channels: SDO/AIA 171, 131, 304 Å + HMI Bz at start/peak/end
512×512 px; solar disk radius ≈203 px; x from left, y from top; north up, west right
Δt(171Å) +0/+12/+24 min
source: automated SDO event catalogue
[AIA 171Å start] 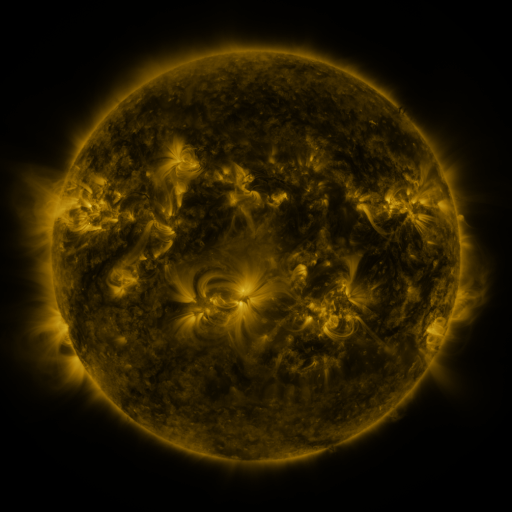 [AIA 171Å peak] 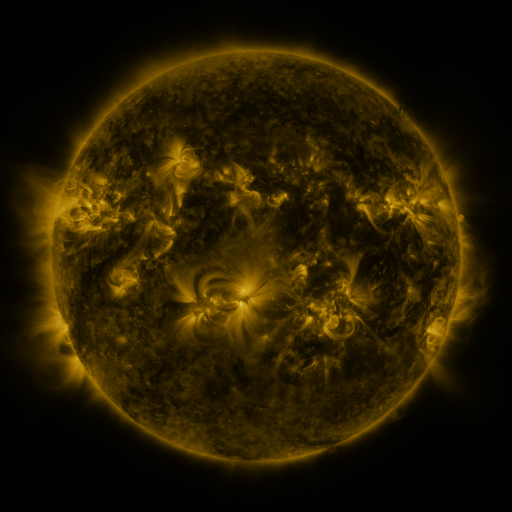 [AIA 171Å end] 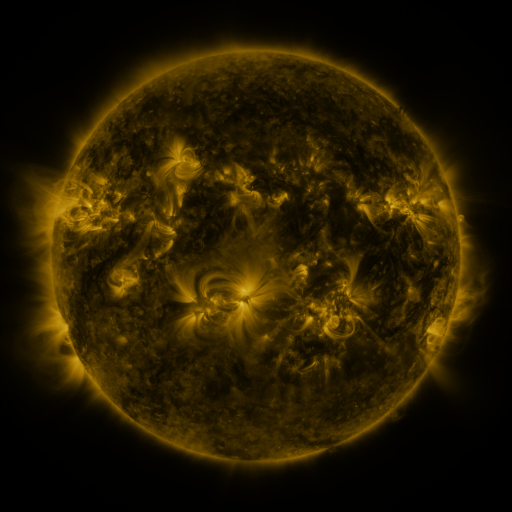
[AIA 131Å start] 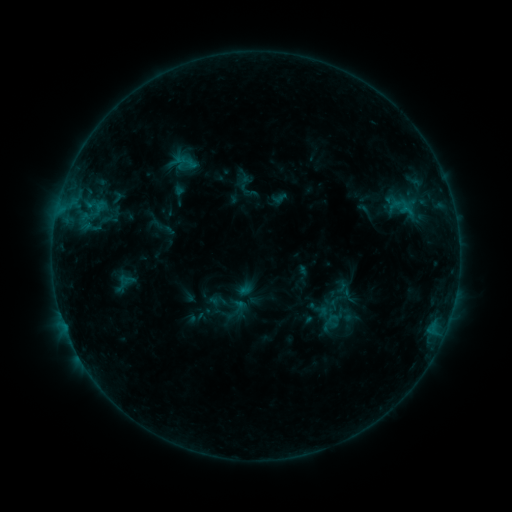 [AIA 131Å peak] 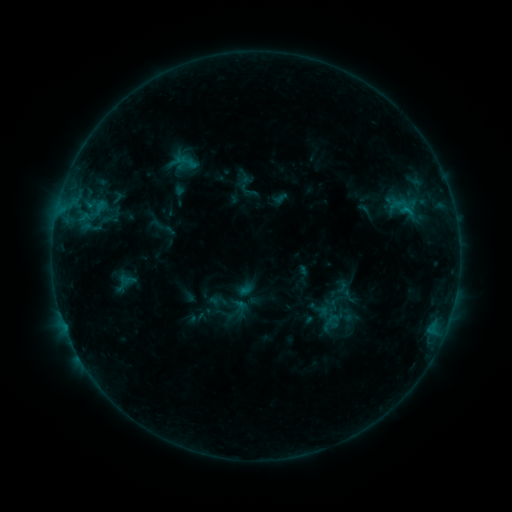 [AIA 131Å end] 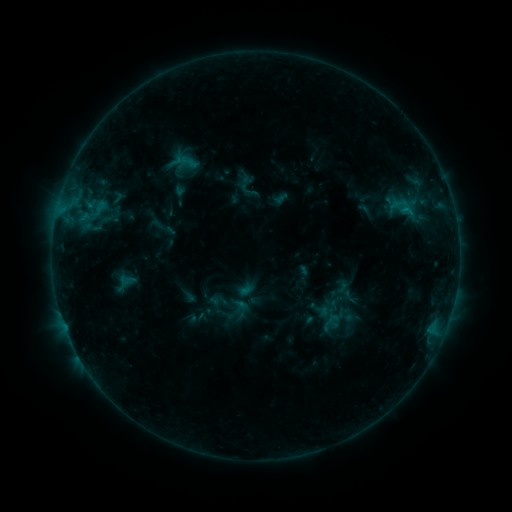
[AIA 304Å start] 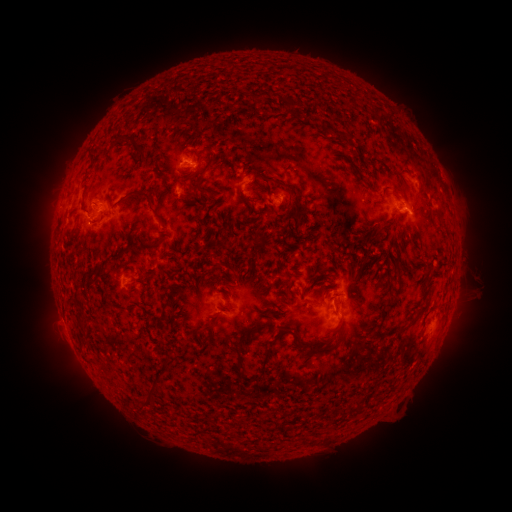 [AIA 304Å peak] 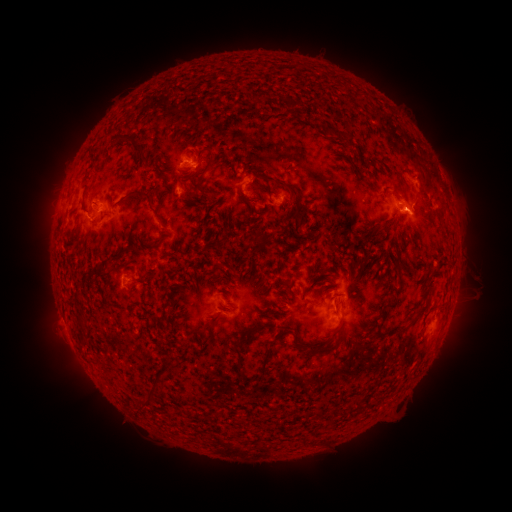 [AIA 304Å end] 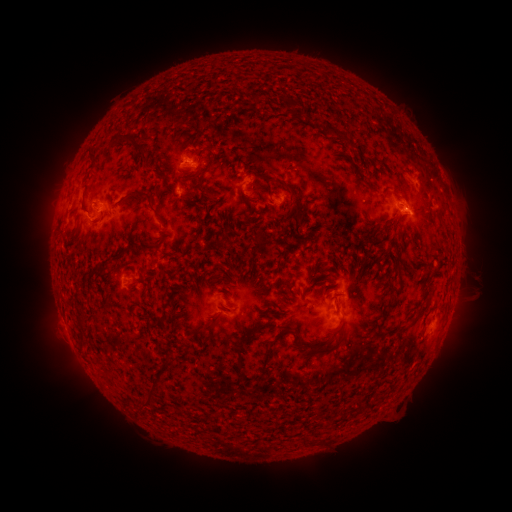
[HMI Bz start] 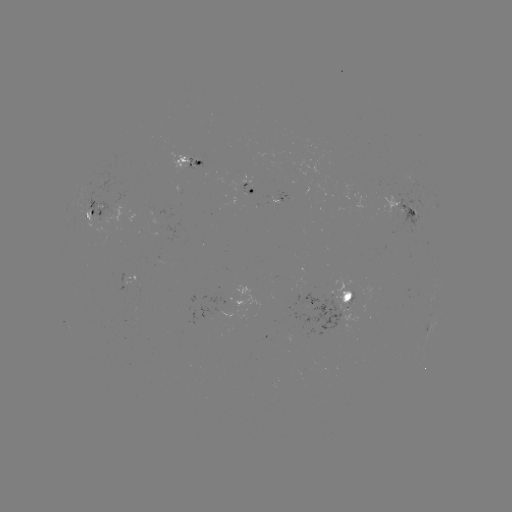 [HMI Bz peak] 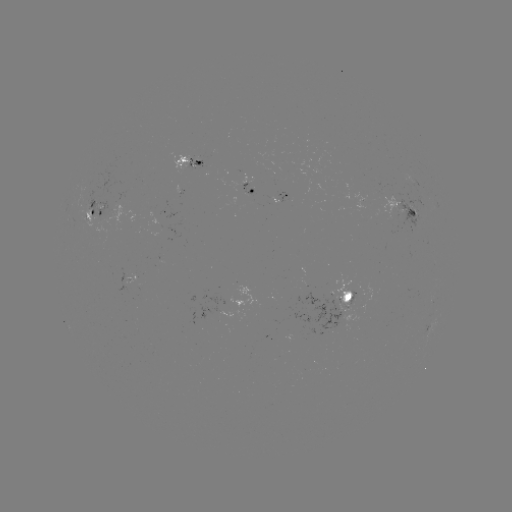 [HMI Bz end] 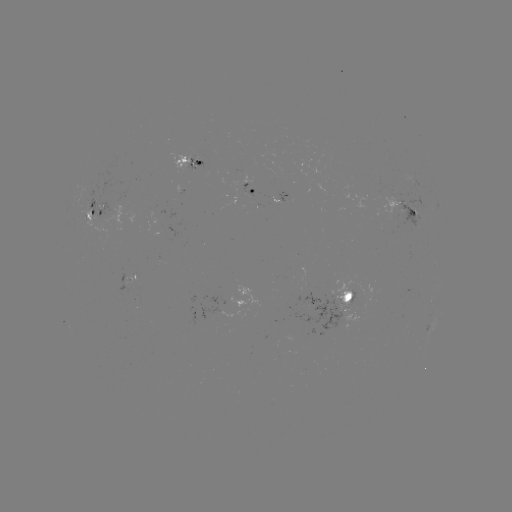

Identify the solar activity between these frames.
no classed flare was catalogued and no EUV brightening was flagged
